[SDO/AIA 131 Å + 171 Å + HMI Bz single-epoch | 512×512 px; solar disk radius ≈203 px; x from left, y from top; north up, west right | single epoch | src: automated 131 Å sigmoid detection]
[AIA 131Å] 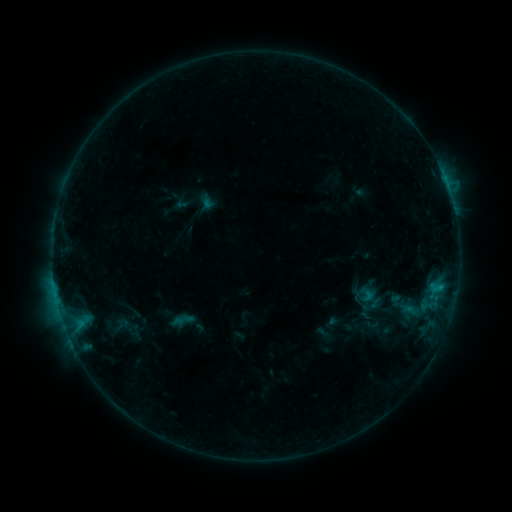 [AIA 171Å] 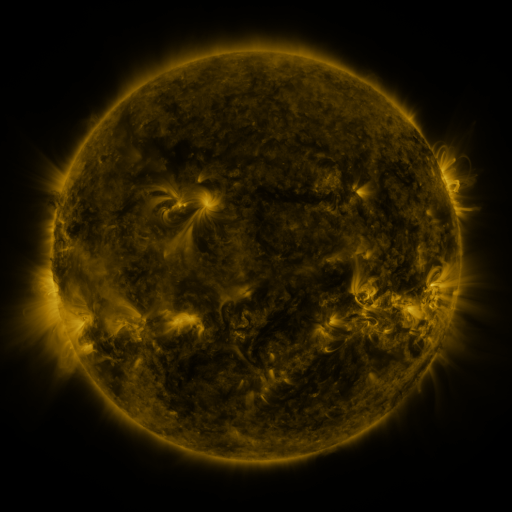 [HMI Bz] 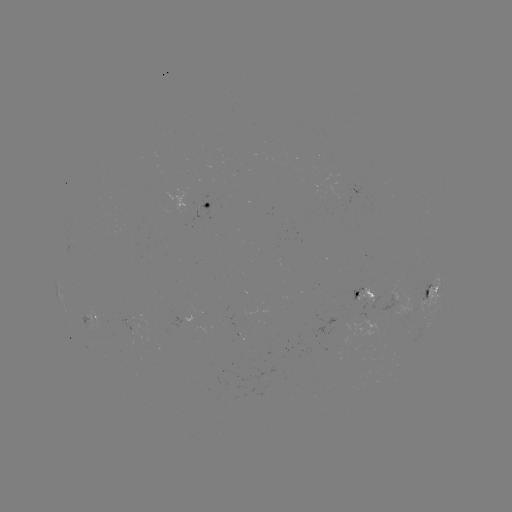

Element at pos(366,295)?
sigmoid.